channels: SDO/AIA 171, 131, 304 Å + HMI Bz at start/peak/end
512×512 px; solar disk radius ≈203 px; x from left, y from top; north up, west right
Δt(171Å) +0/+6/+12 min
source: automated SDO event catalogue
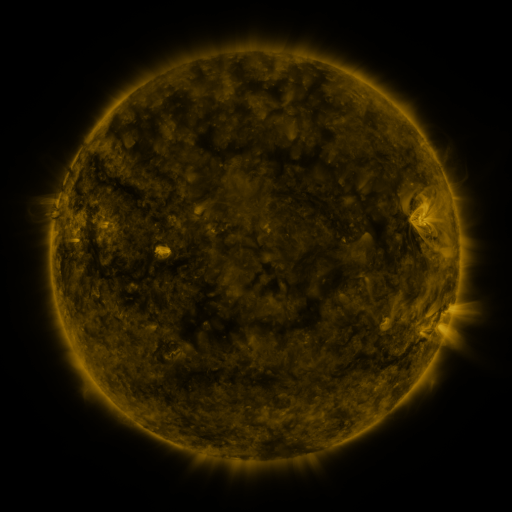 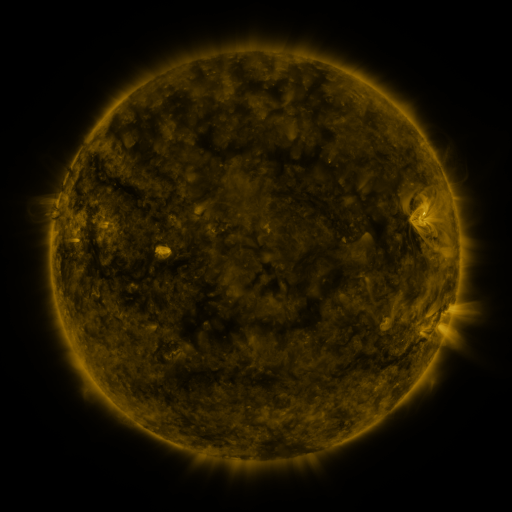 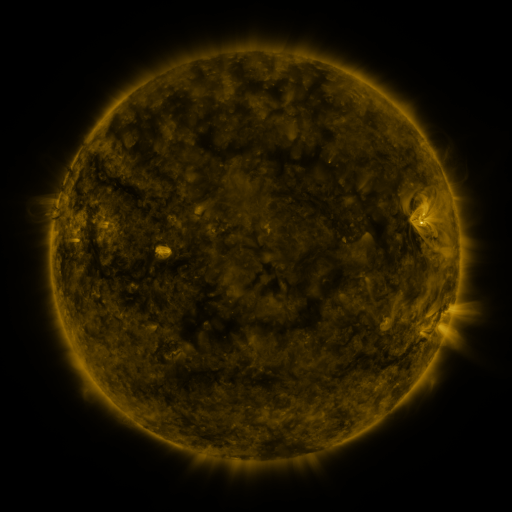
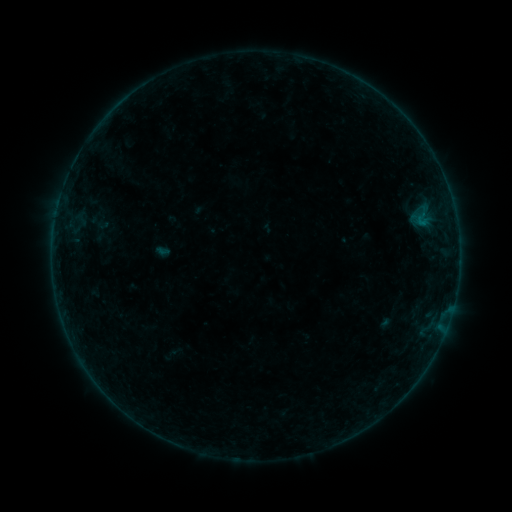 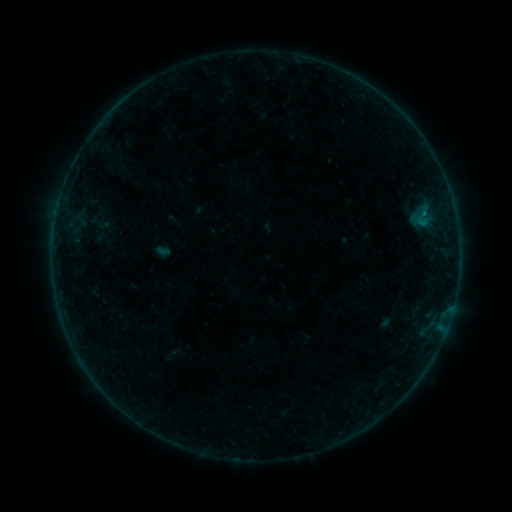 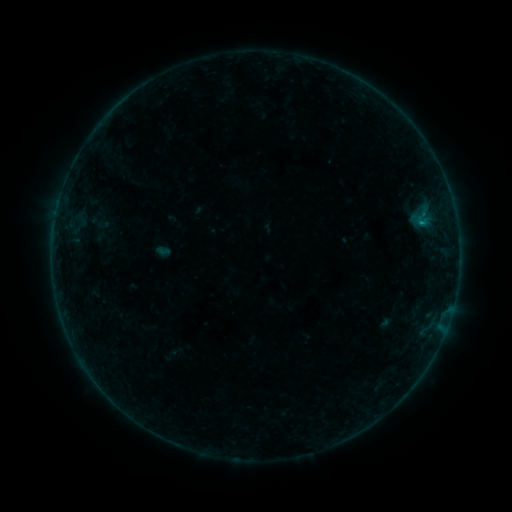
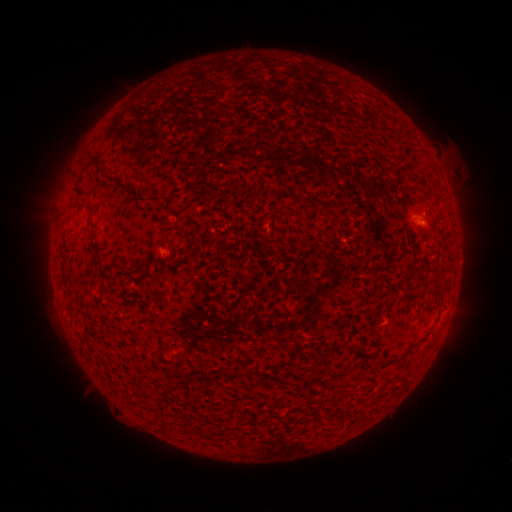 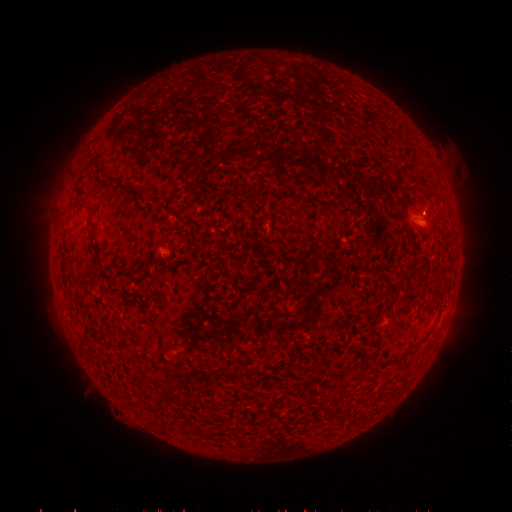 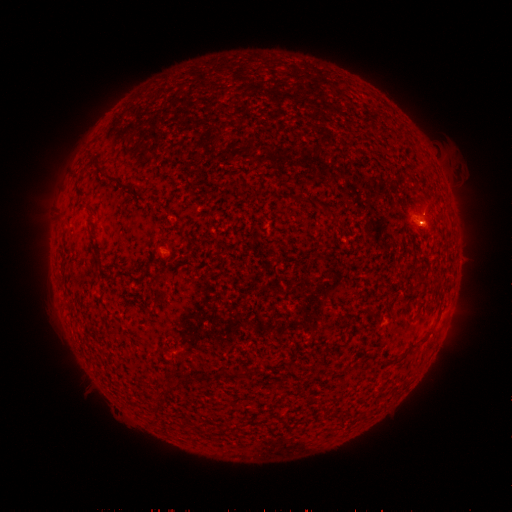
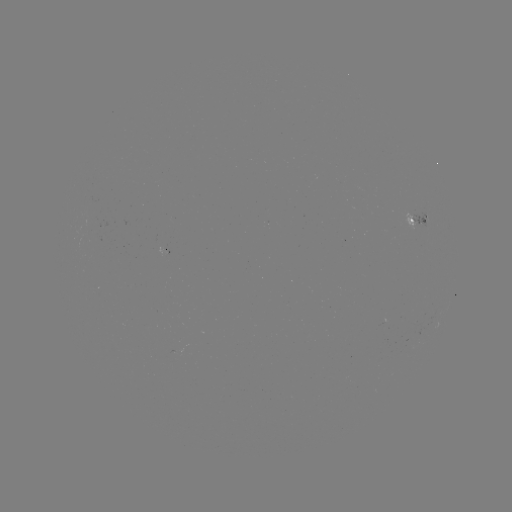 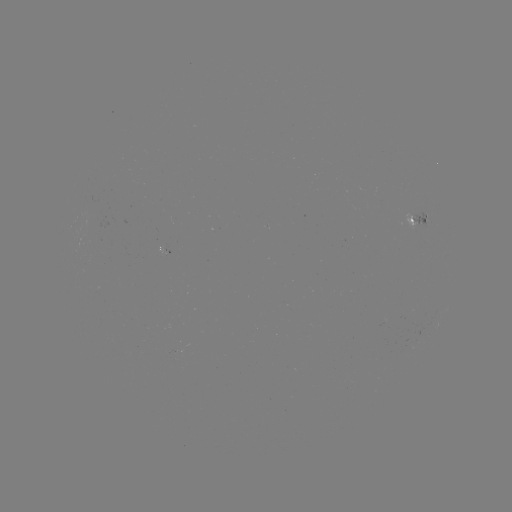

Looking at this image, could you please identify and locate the B1.2 flare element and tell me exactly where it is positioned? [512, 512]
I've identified B1.2 flare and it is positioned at [423, 215].